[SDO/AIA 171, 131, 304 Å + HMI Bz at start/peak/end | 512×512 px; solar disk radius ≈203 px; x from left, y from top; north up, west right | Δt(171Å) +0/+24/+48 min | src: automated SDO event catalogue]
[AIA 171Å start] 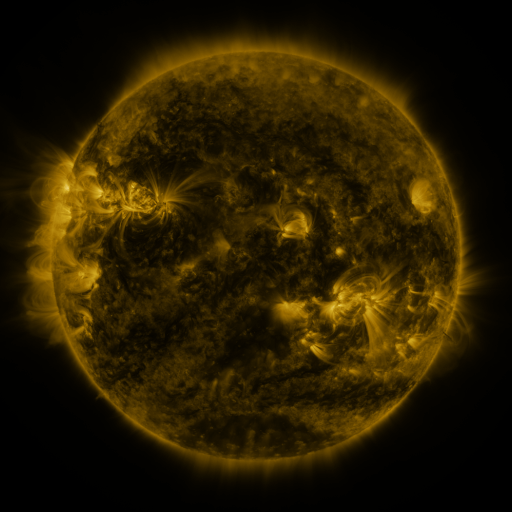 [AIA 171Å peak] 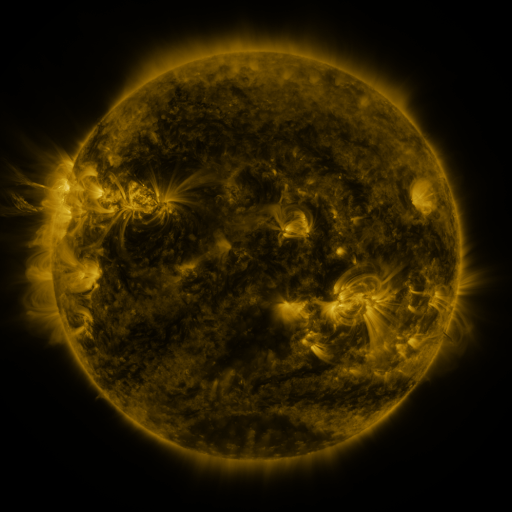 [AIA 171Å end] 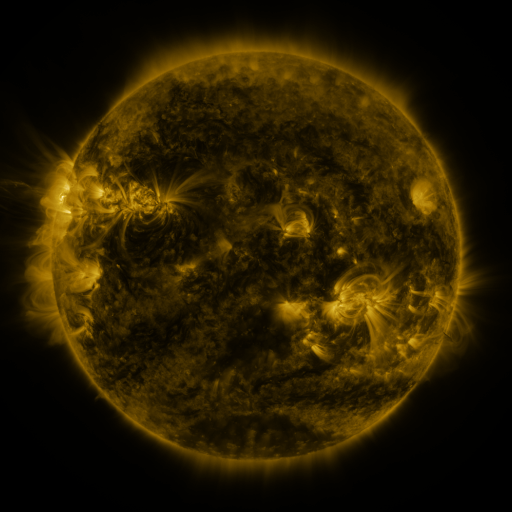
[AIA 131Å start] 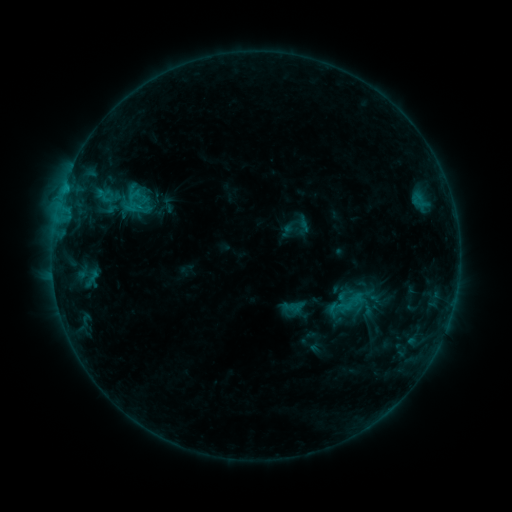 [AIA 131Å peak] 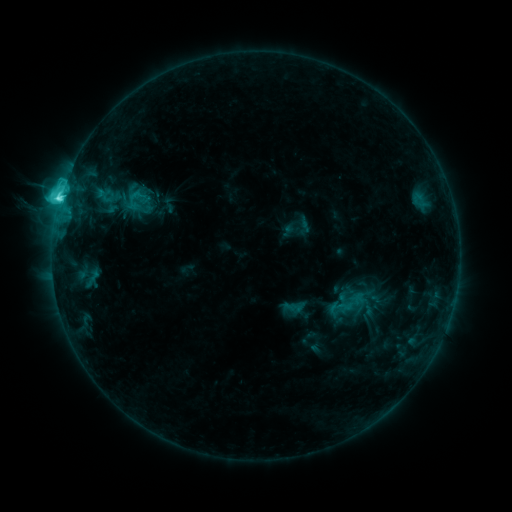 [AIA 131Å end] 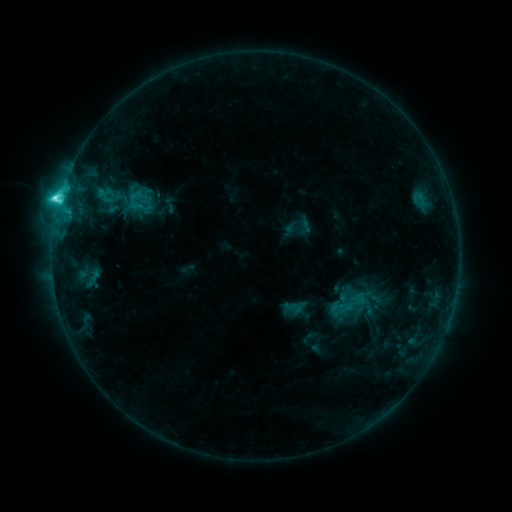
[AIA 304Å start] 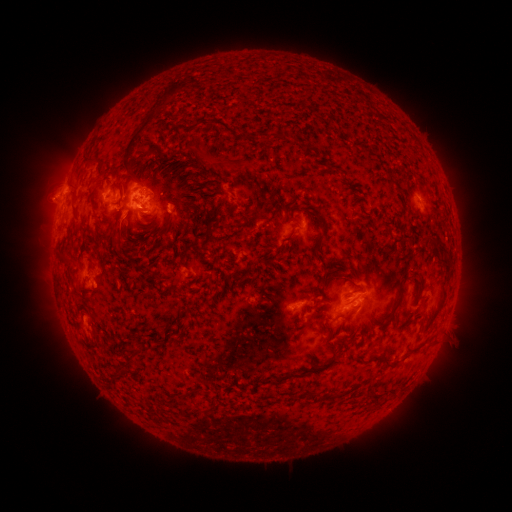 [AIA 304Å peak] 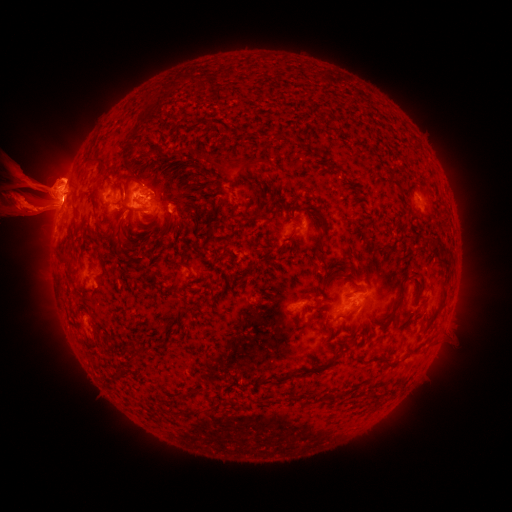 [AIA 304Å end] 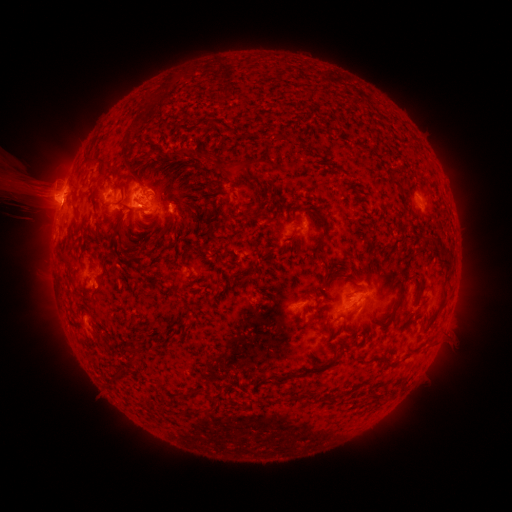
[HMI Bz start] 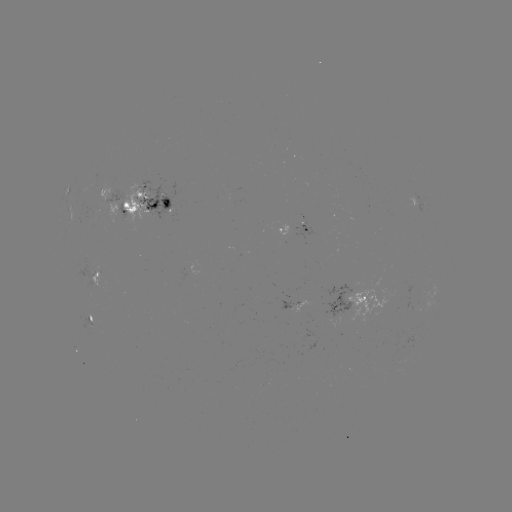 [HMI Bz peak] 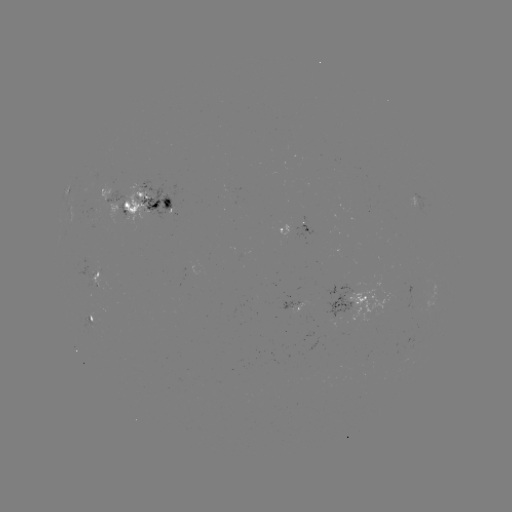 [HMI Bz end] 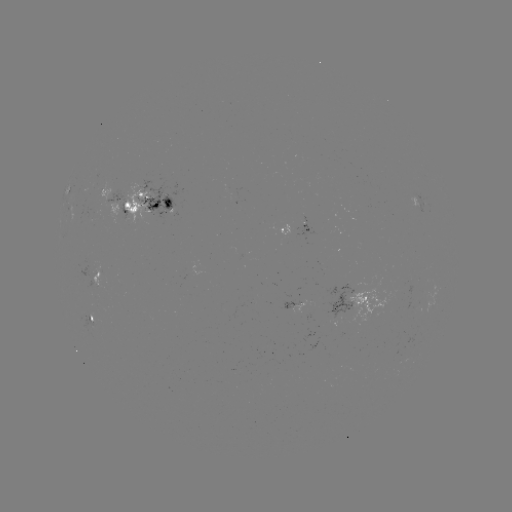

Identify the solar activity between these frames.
eruption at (44, 206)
